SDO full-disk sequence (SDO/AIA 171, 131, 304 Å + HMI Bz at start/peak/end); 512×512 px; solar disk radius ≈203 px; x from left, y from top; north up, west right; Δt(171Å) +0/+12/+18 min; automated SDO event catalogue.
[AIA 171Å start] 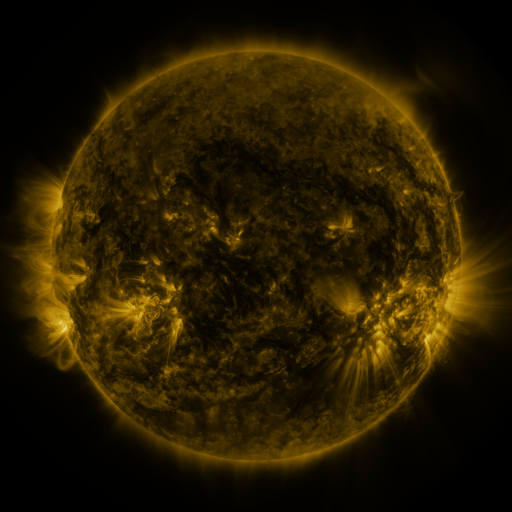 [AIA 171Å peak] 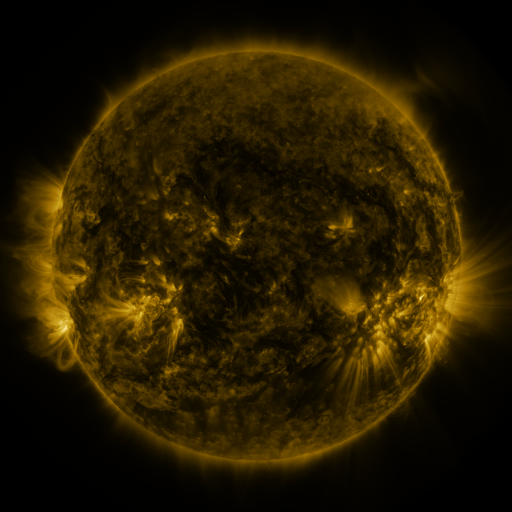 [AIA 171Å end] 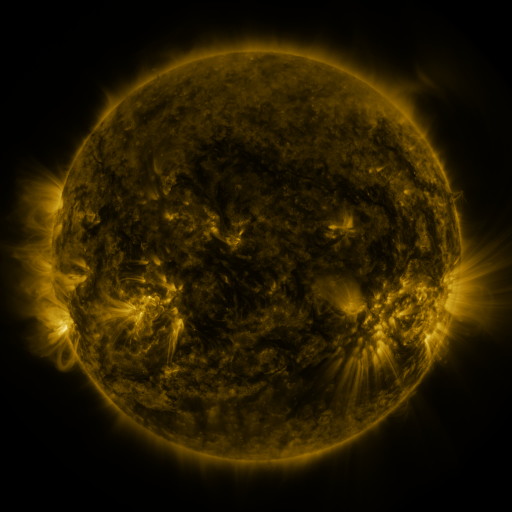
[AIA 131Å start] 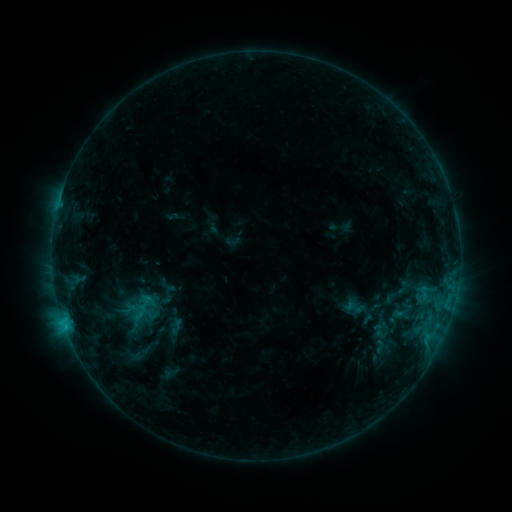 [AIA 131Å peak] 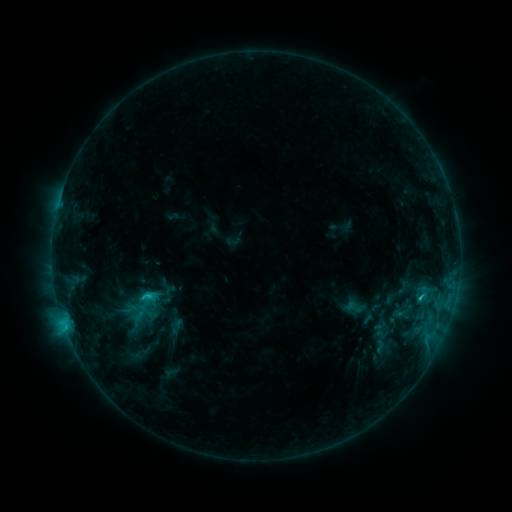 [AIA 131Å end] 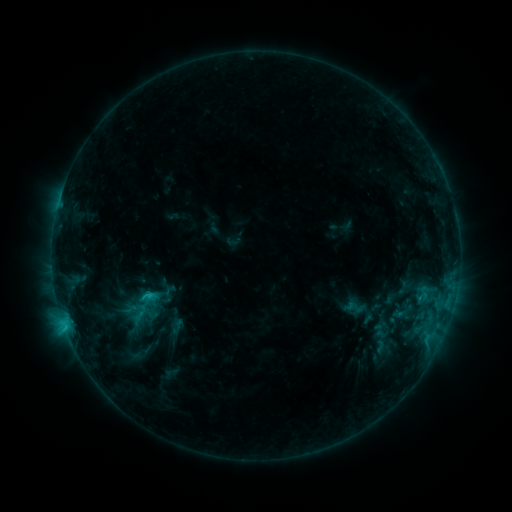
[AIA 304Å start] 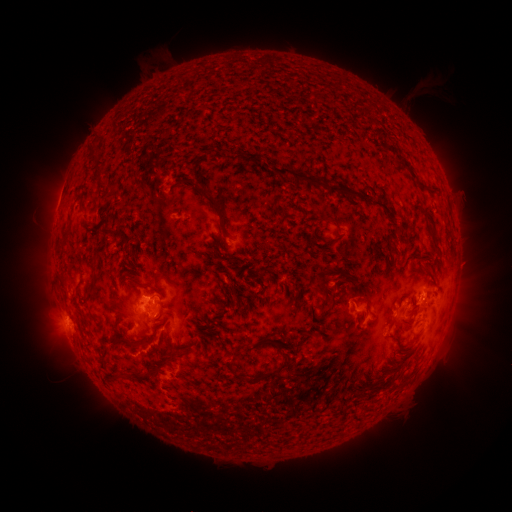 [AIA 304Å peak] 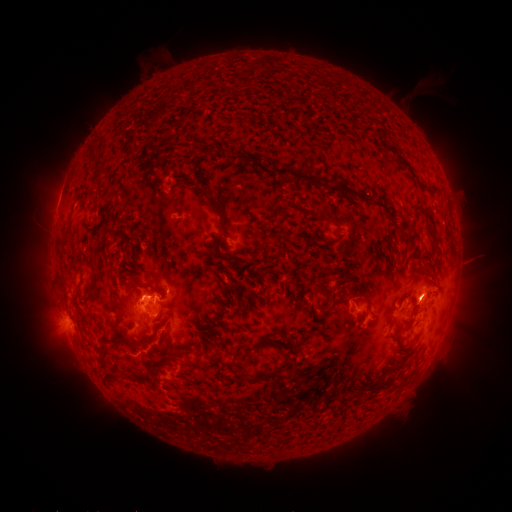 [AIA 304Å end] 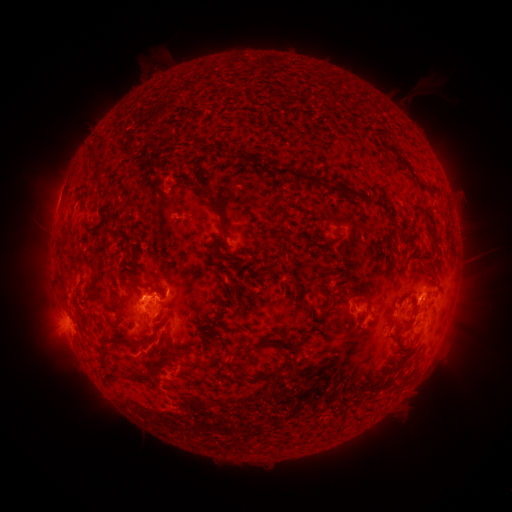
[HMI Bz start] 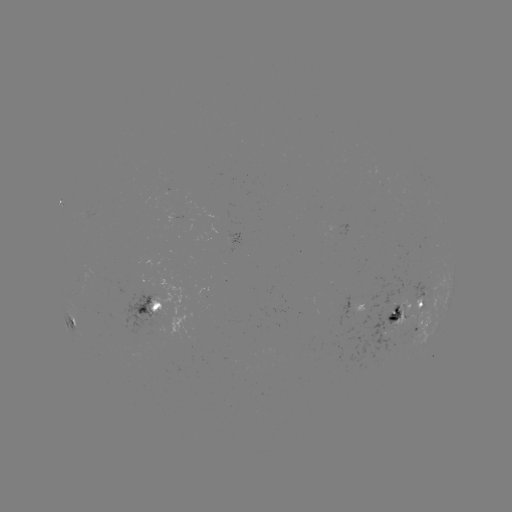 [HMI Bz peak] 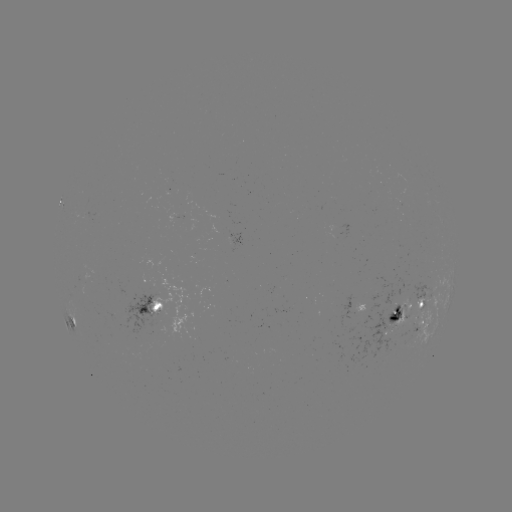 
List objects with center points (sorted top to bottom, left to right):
C2.7 flare: (149, 293)
